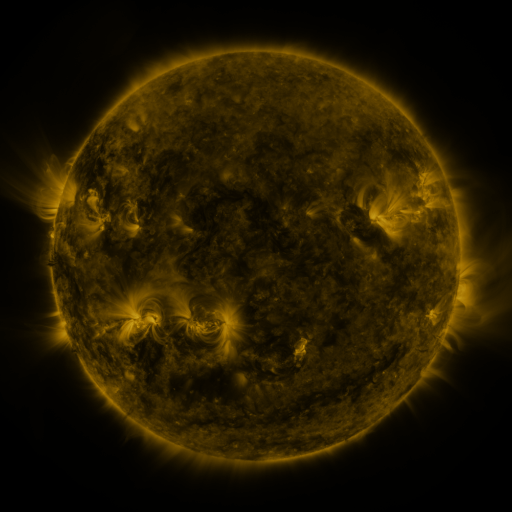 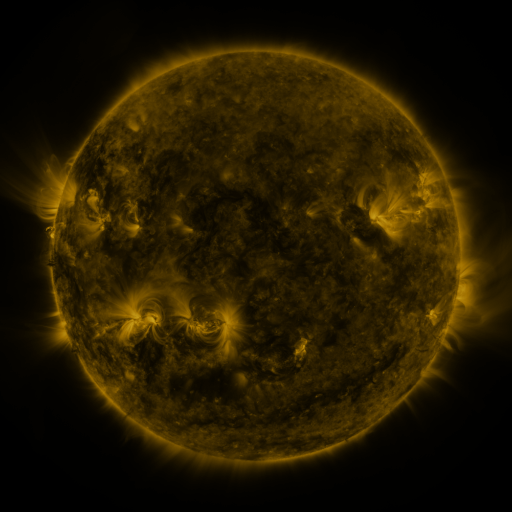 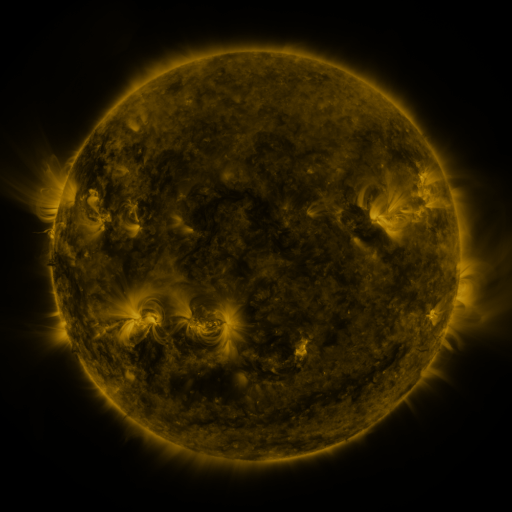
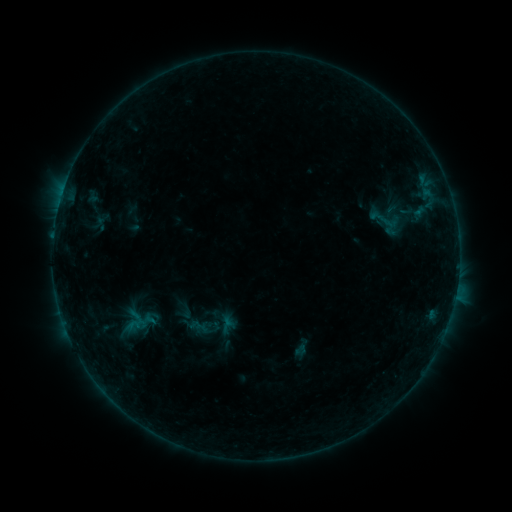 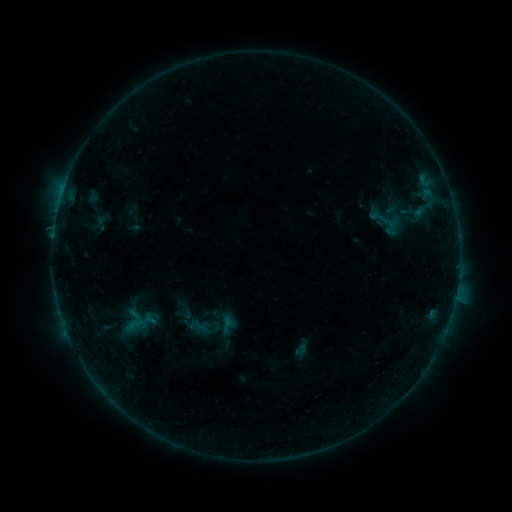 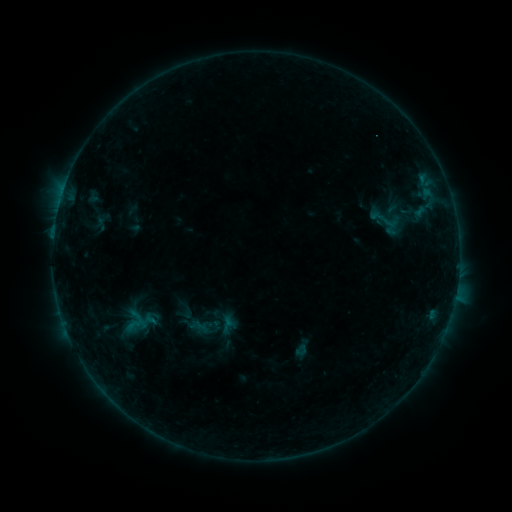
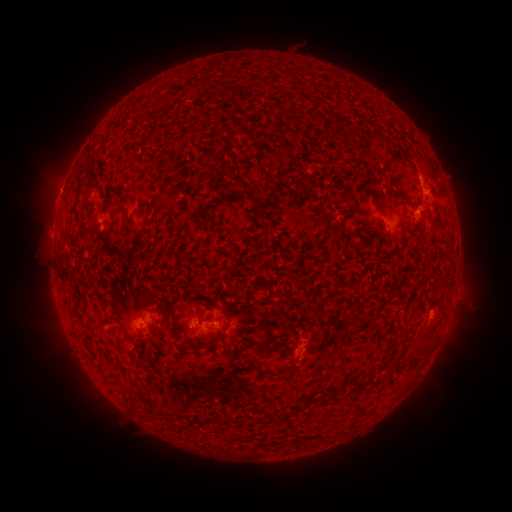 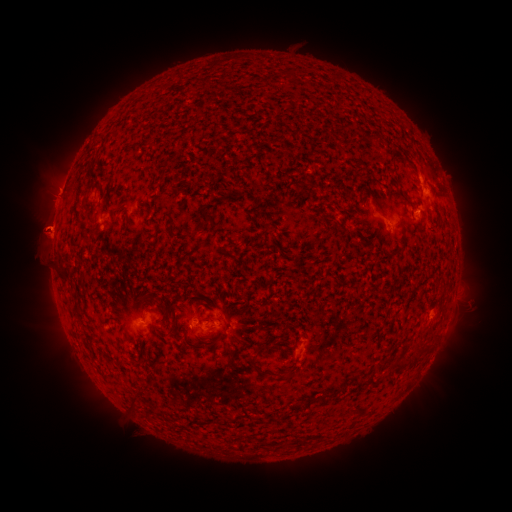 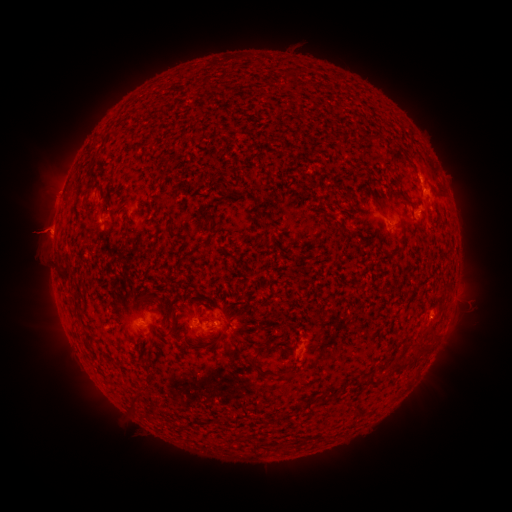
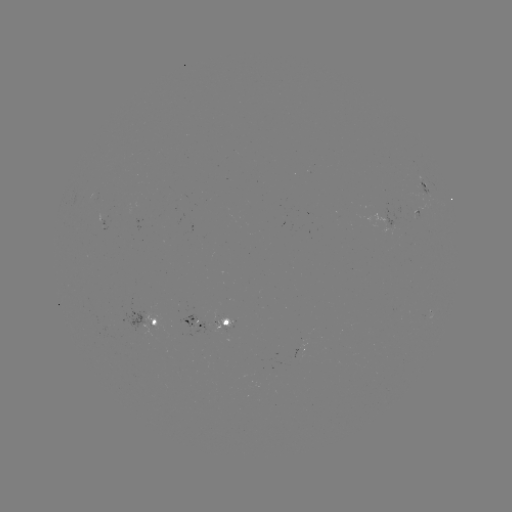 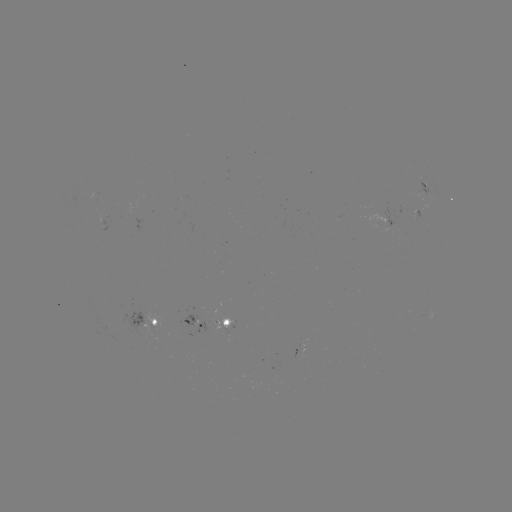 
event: eruption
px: (48, 223)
